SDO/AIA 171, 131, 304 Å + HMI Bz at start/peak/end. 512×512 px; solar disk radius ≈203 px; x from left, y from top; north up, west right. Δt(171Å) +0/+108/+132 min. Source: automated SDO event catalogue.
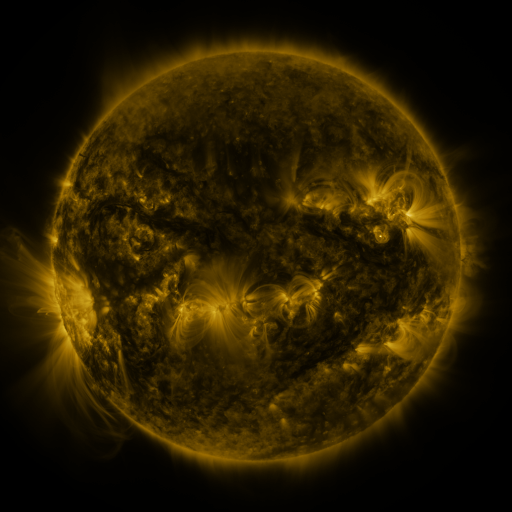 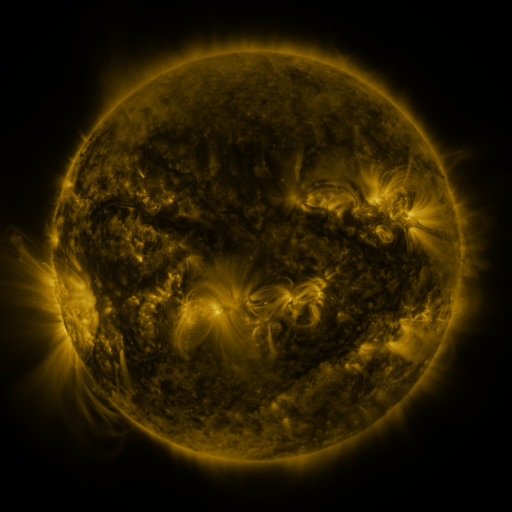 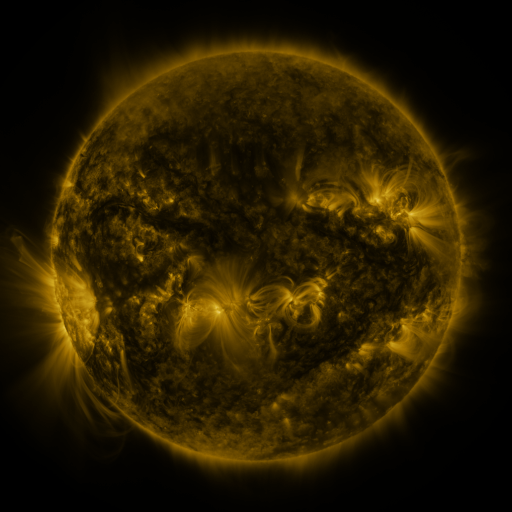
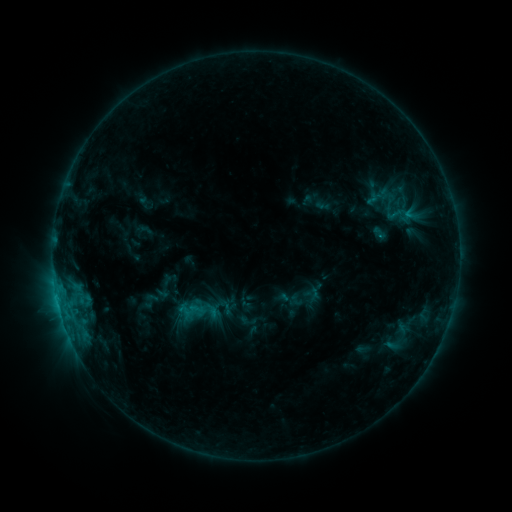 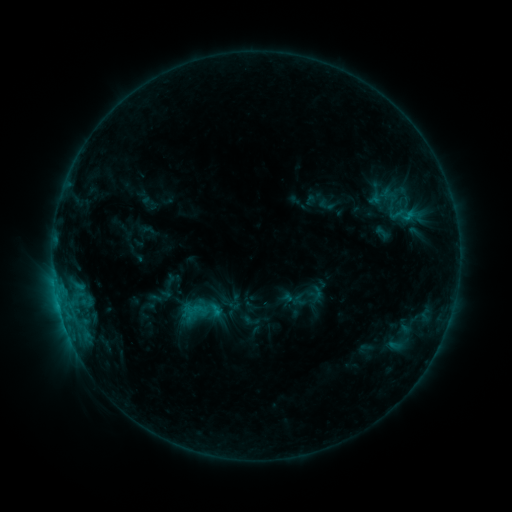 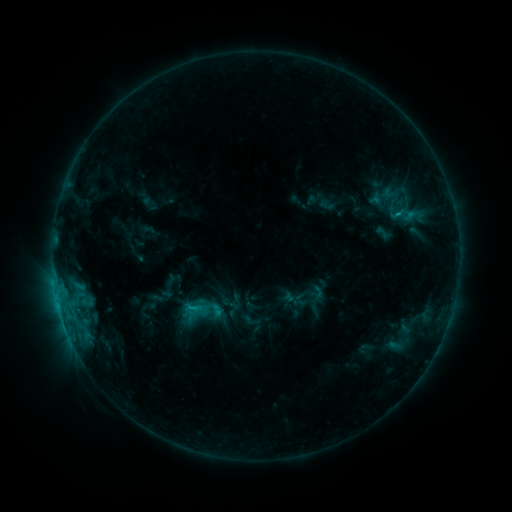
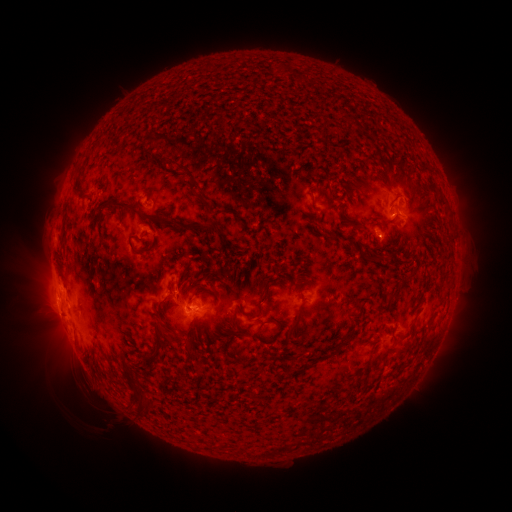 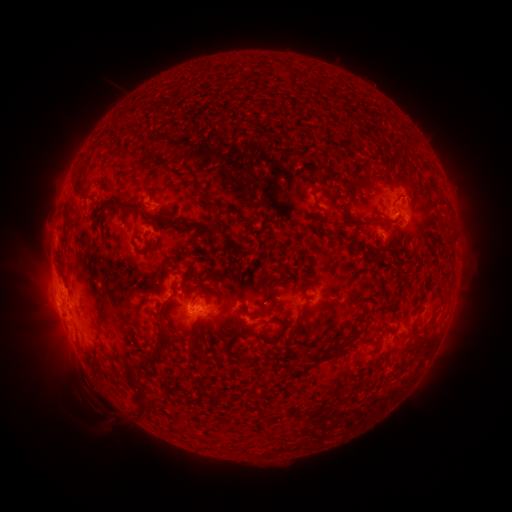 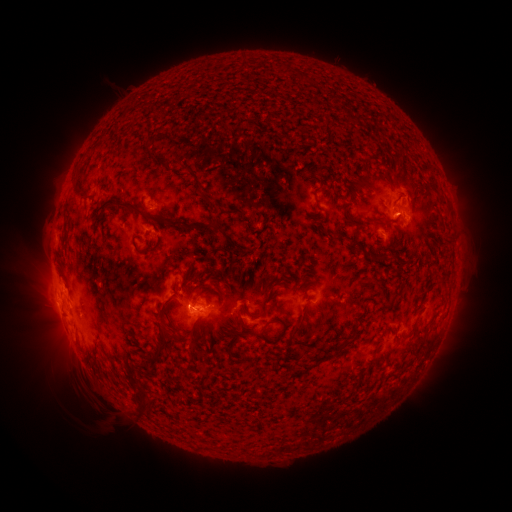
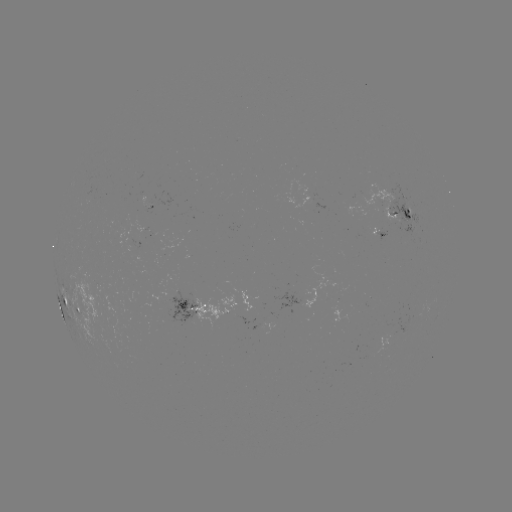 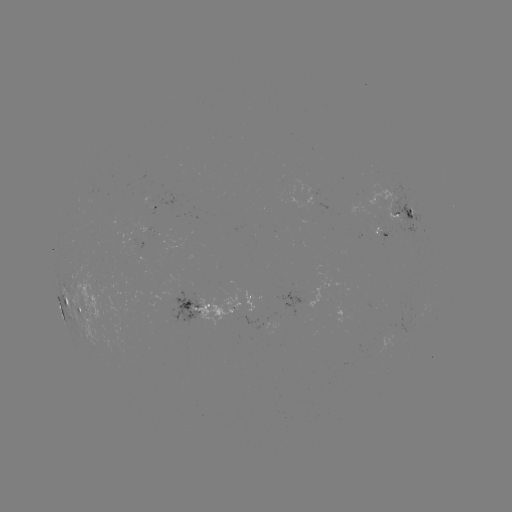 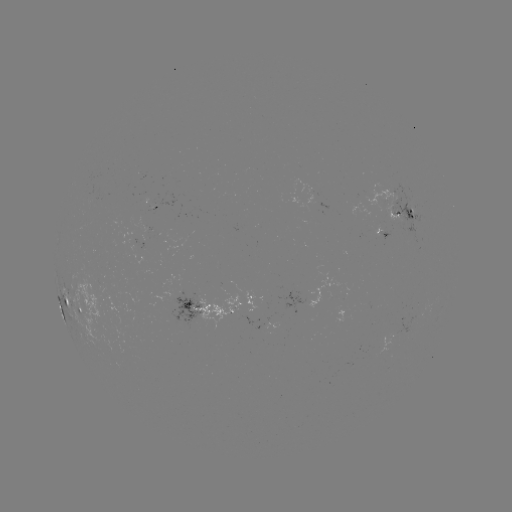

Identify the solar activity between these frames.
emerging-flux region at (150, 201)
